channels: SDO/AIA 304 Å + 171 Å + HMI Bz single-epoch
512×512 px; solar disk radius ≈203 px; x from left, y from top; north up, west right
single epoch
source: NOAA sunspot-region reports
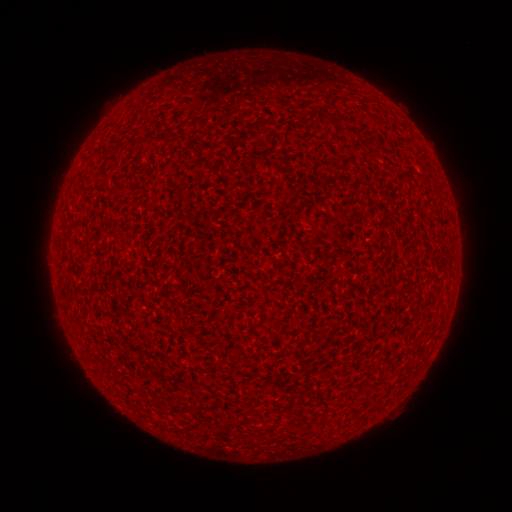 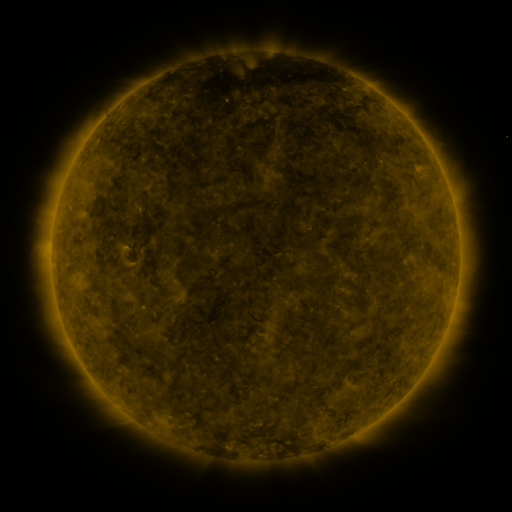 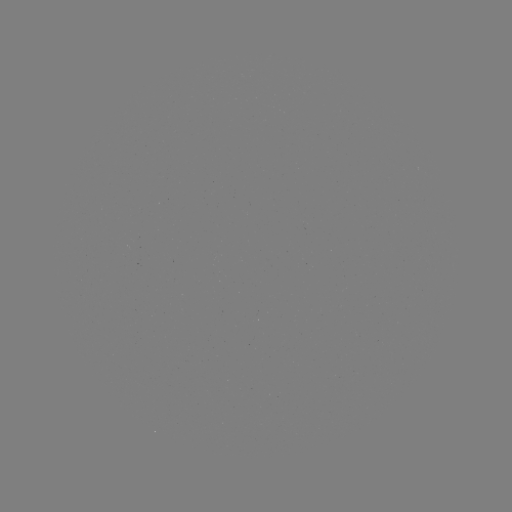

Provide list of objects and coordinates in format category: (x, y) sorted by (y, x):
(none)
